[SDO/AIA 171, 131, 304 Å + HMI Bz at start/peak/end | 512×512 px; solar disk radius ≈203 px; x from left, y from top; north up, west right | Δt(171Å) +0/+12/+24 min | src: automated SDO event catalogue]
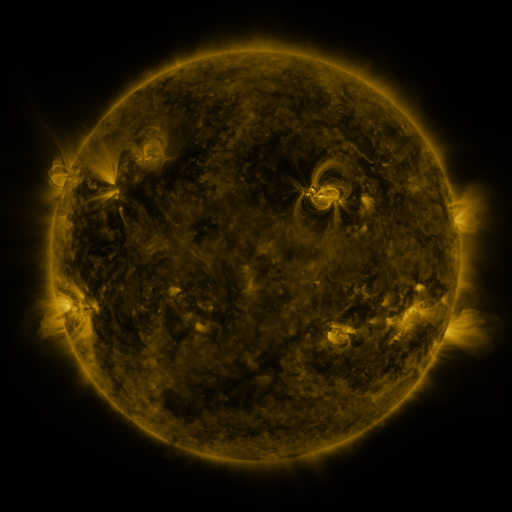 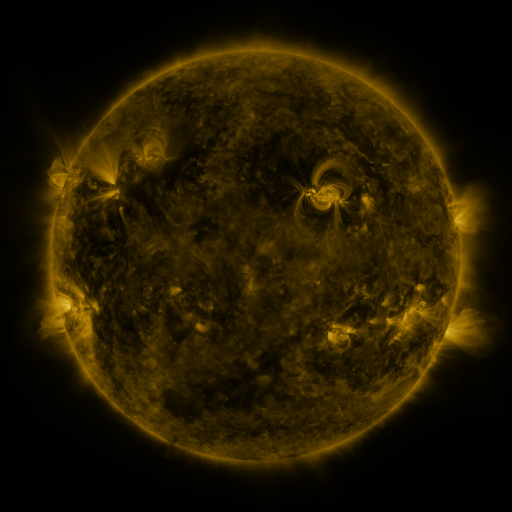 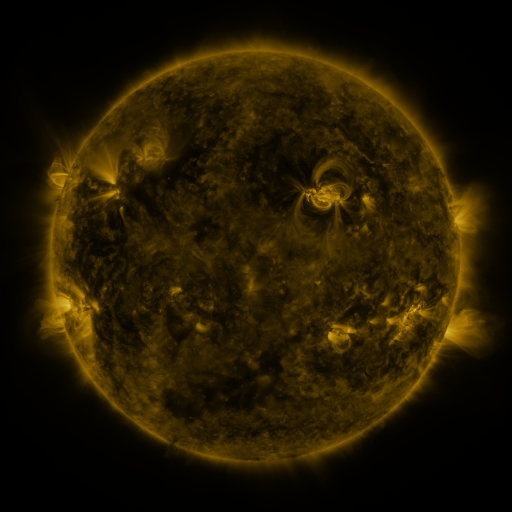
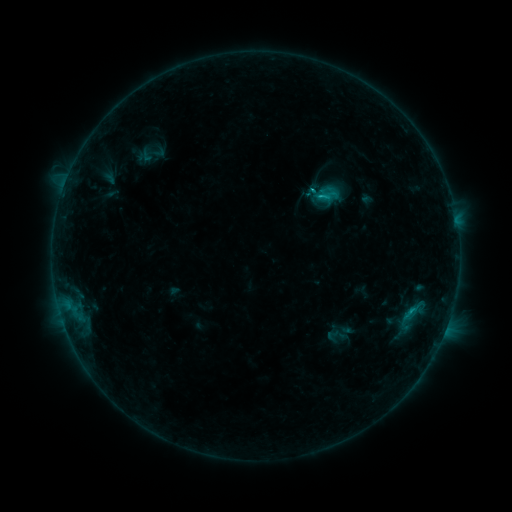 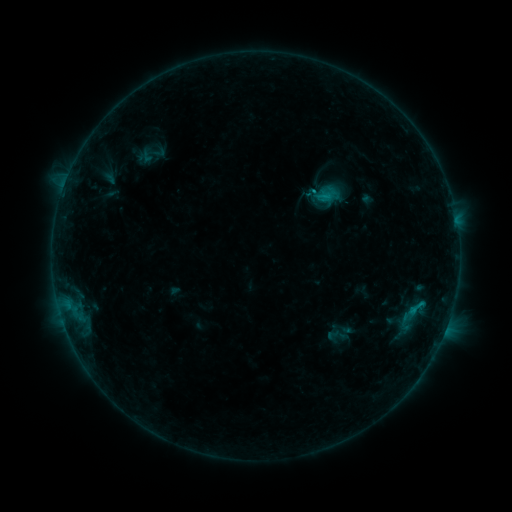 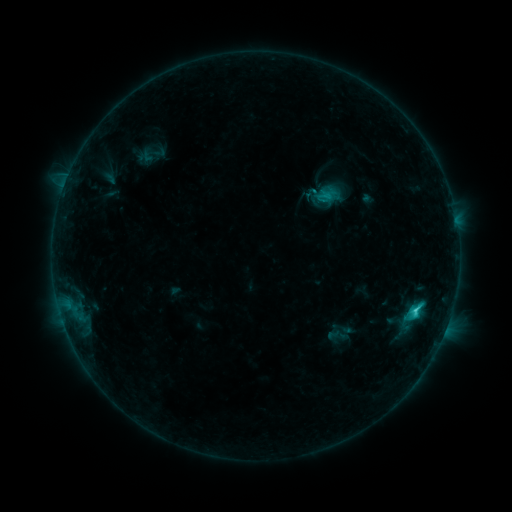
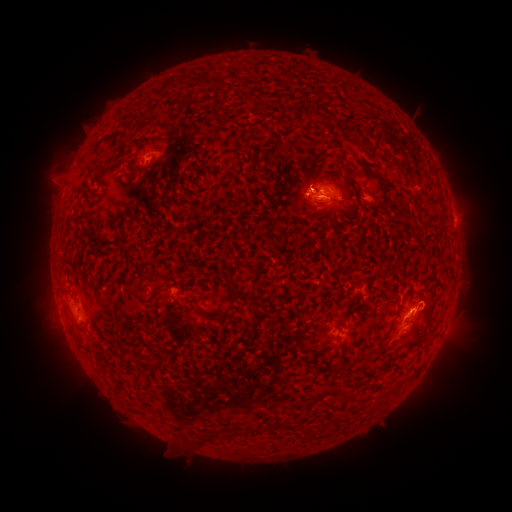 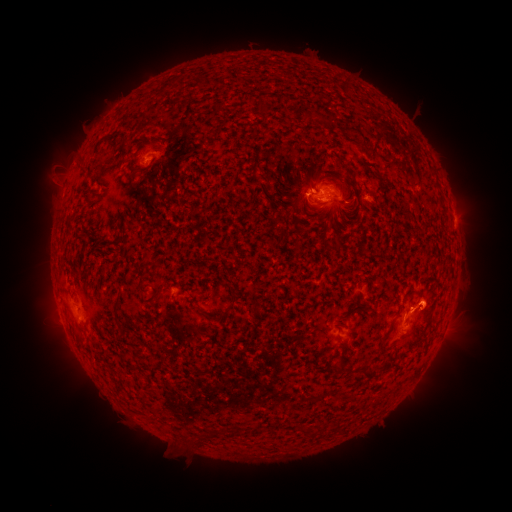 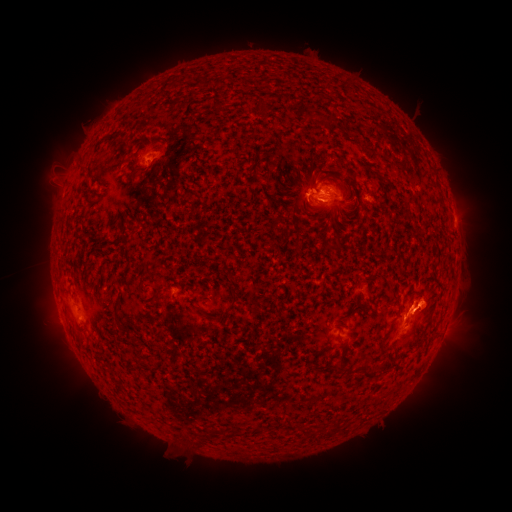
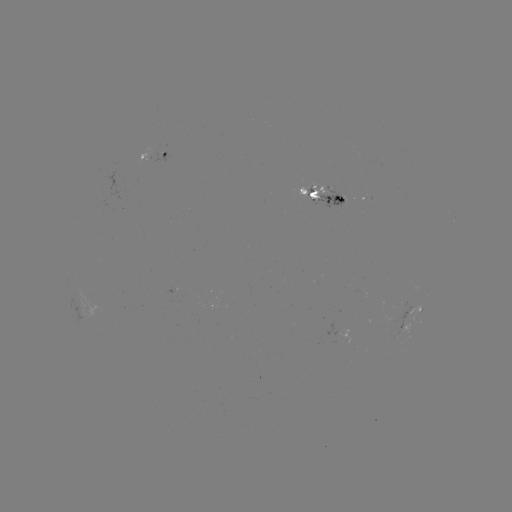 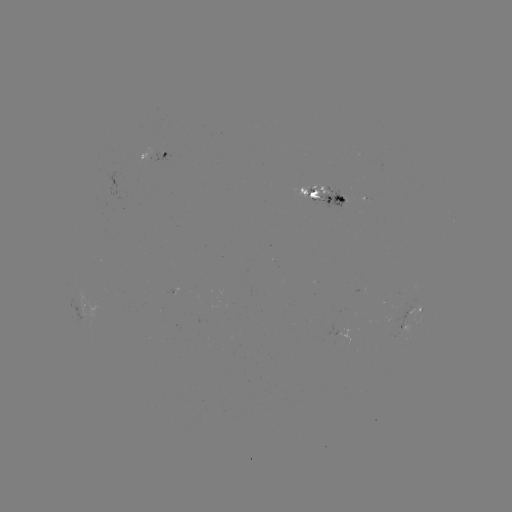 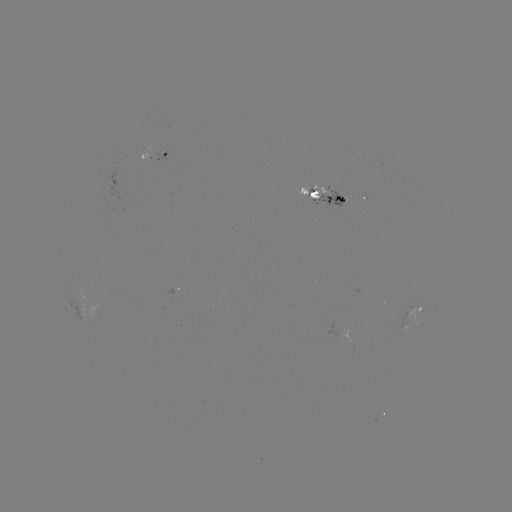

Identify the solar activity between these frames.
eruption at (430, 307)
